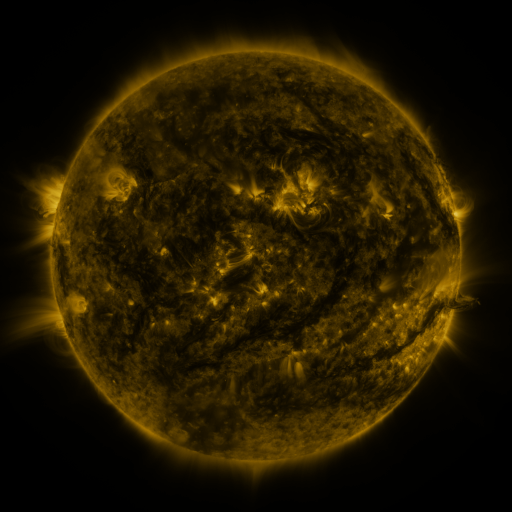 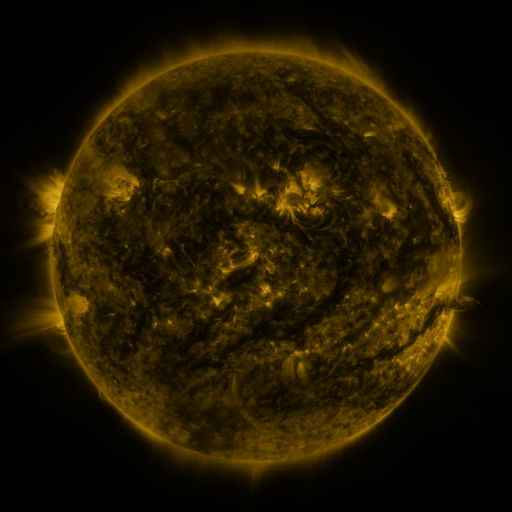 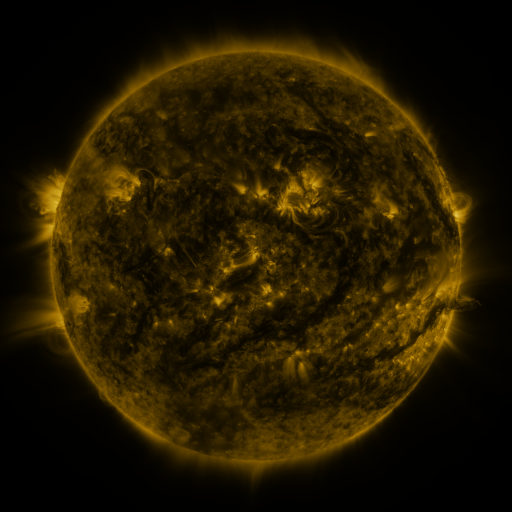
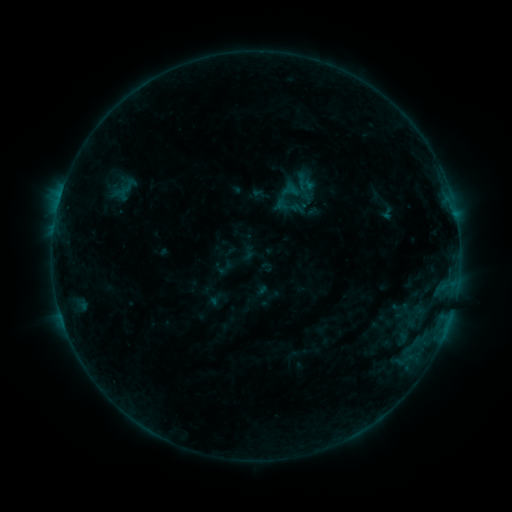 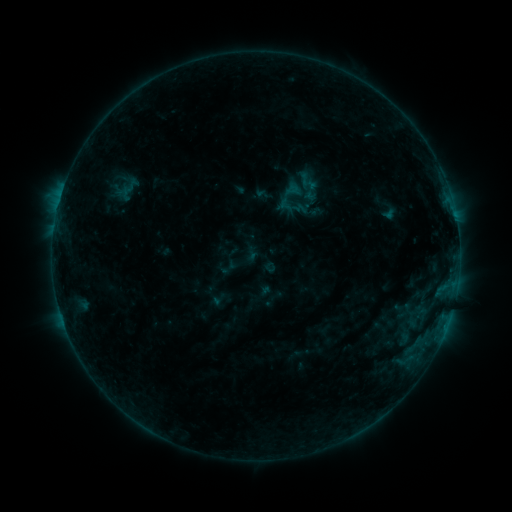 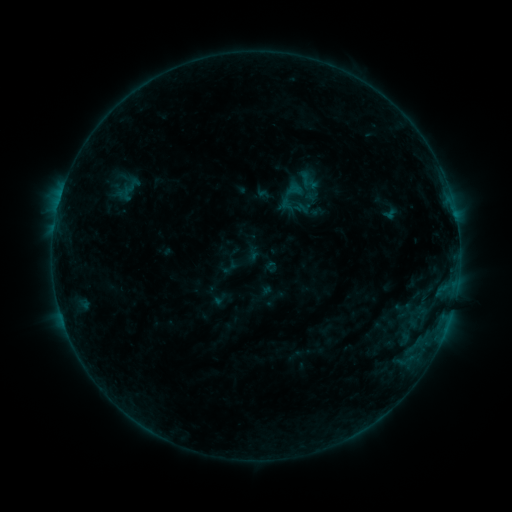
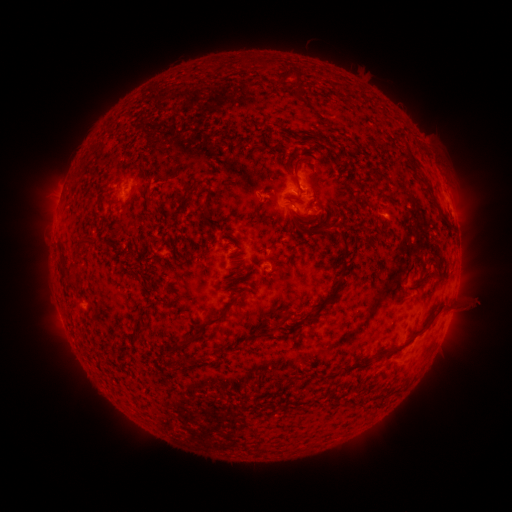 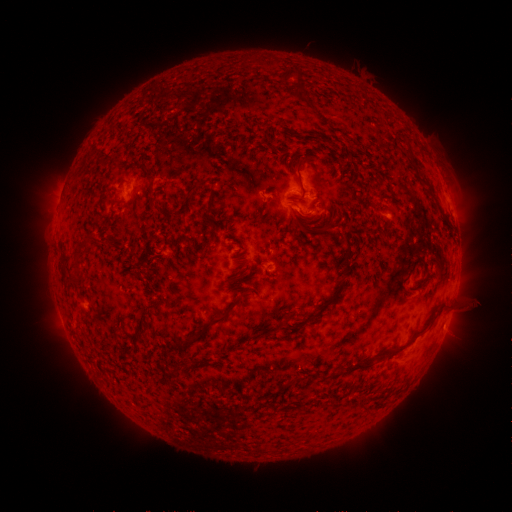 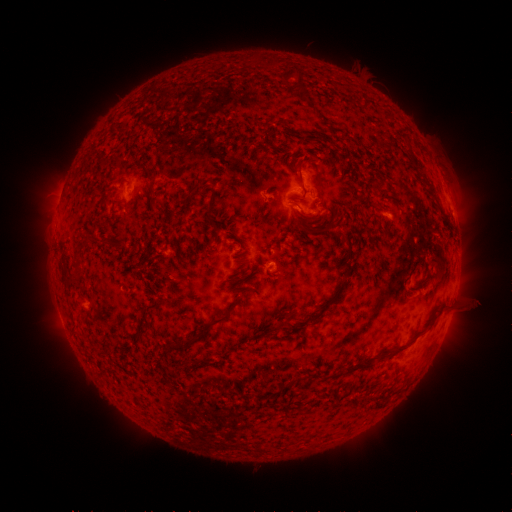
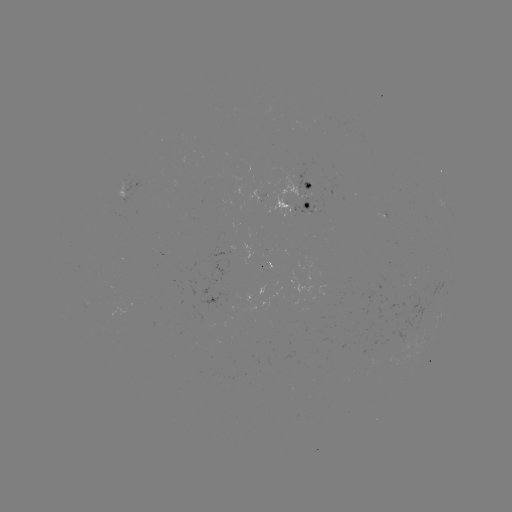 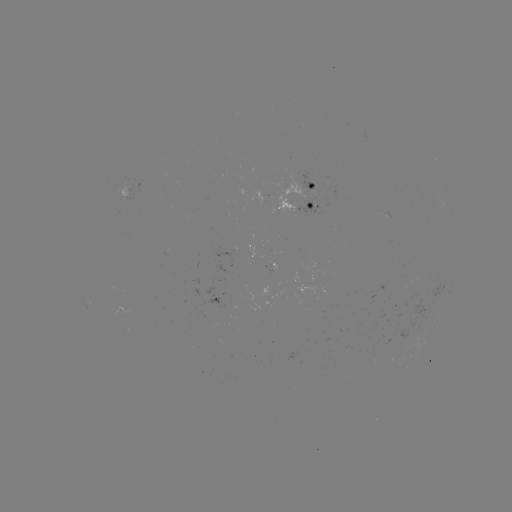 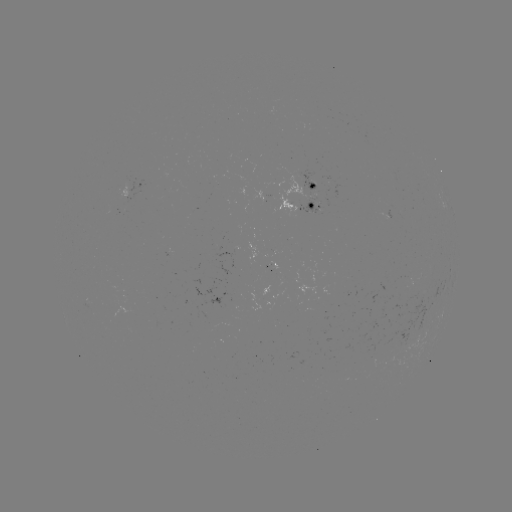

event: emerging-flux region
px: (312, 190)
